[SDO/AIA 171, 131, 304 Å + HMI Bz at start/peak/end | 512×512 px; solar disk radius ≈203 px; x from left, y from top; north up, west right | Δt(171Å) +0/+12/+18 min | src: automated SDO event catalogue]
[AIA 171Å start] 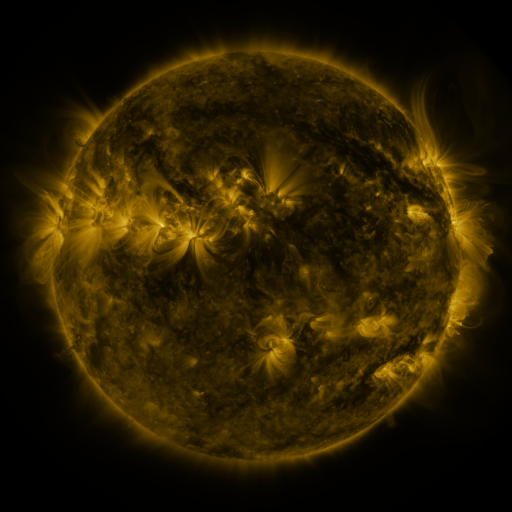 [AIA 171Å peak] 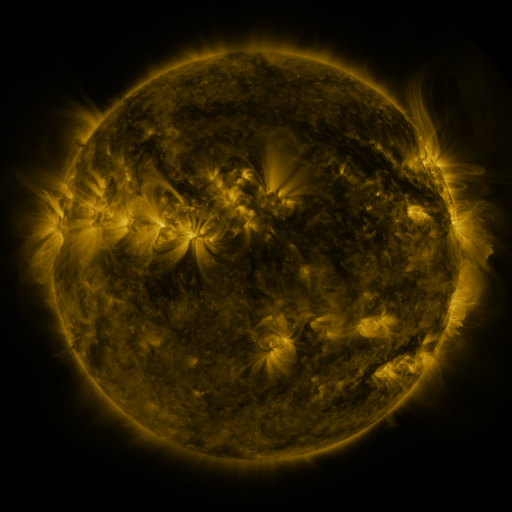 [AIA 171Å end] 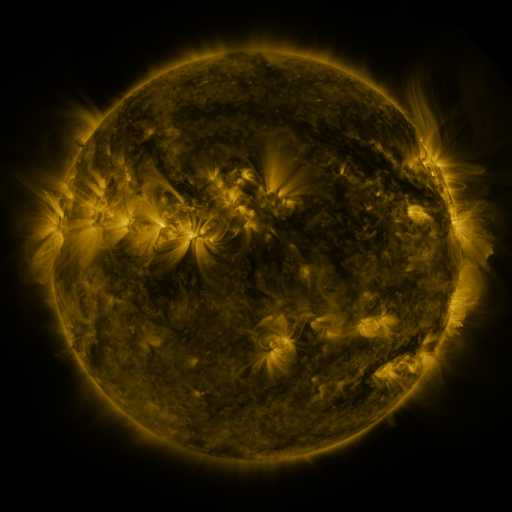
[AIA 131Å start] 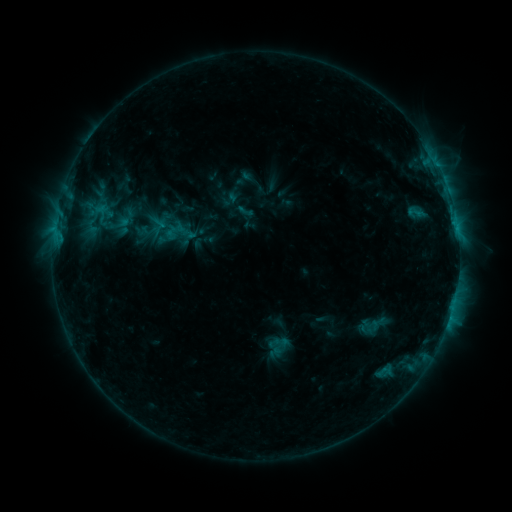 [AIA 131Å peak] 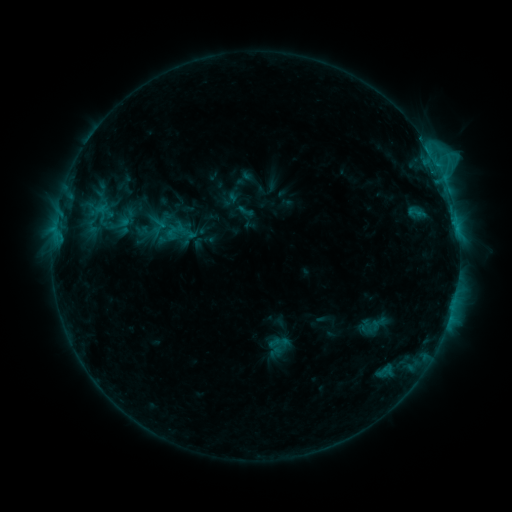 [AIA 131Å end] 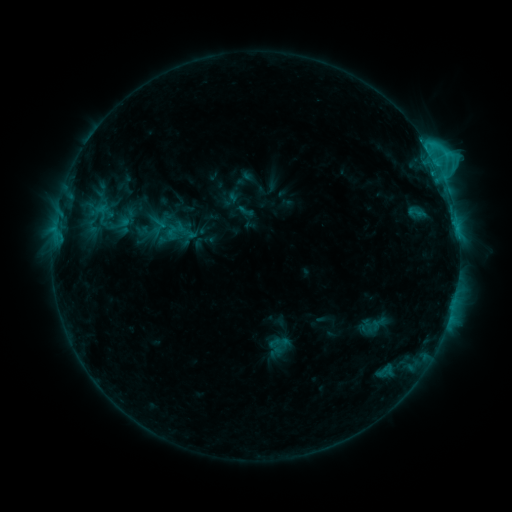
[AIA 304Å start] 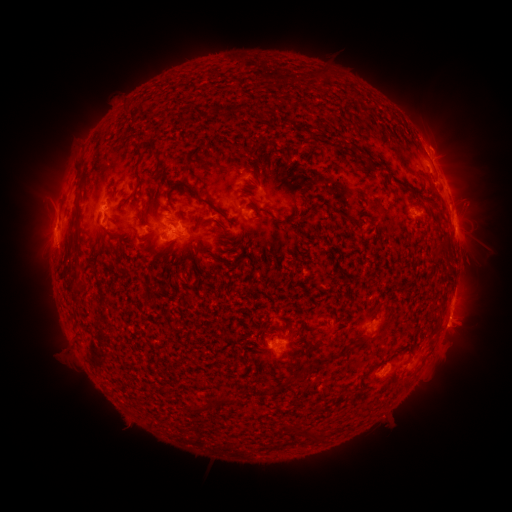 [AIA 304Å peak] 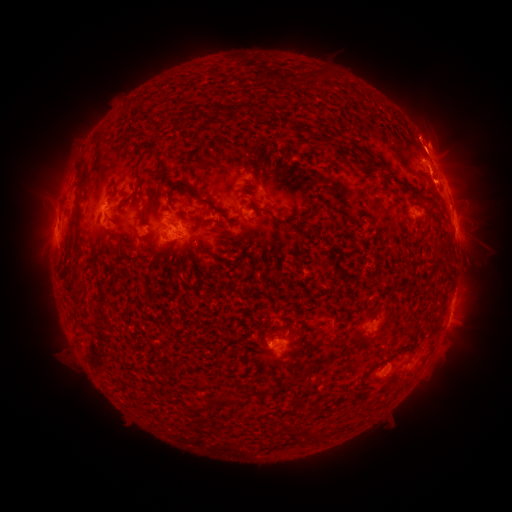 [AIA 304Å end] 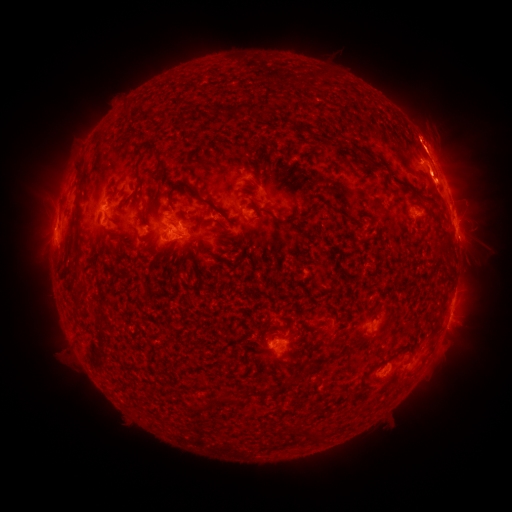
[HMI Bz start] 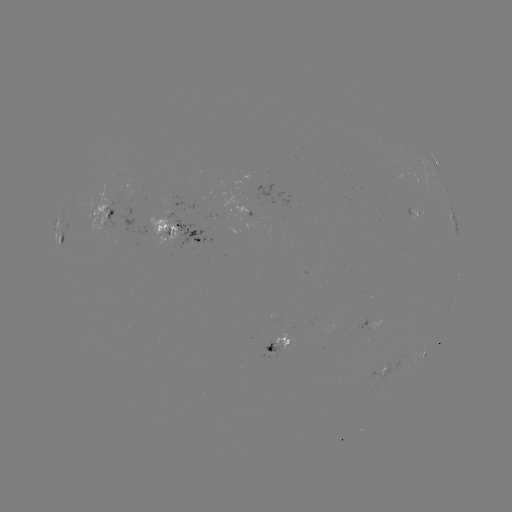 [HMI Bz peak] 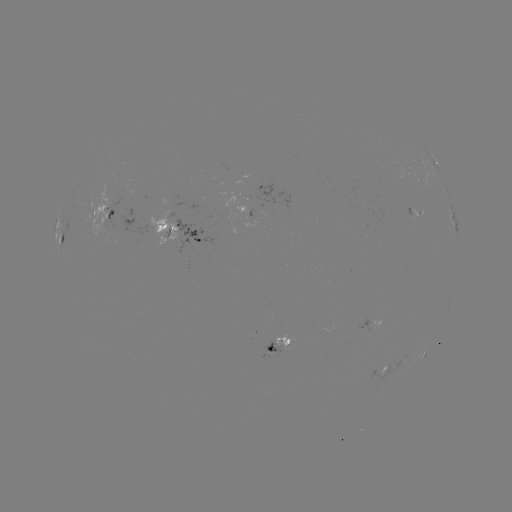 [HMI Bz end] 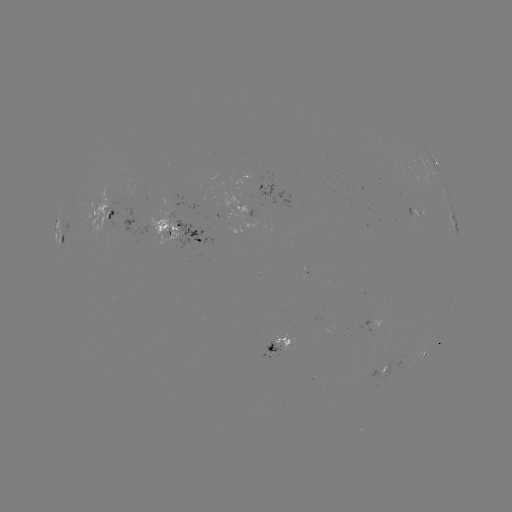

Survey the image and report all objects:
eruption: (433, 135)
